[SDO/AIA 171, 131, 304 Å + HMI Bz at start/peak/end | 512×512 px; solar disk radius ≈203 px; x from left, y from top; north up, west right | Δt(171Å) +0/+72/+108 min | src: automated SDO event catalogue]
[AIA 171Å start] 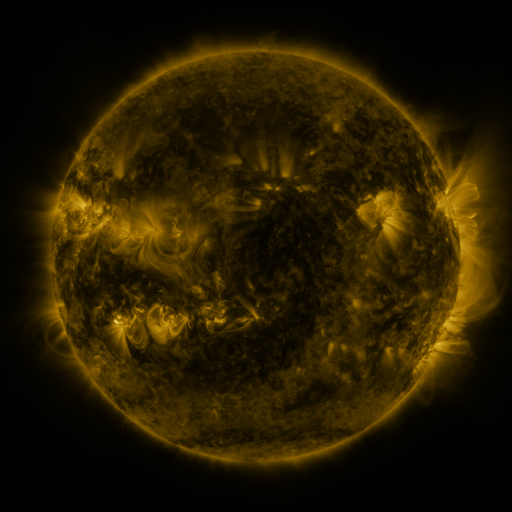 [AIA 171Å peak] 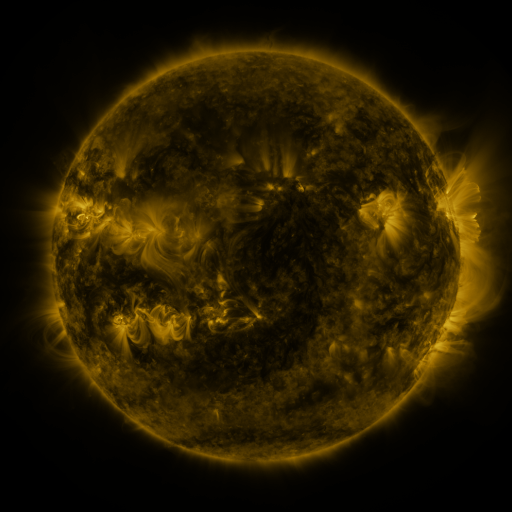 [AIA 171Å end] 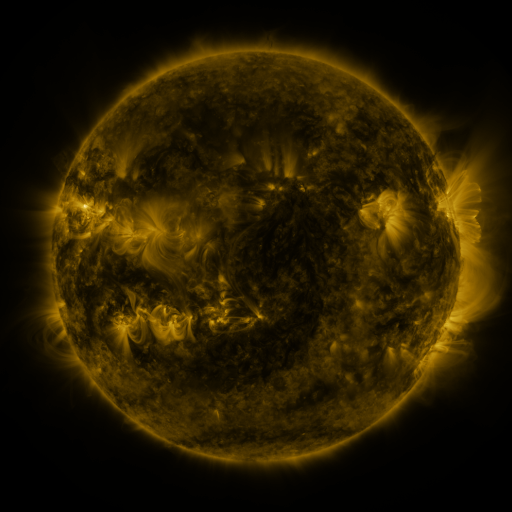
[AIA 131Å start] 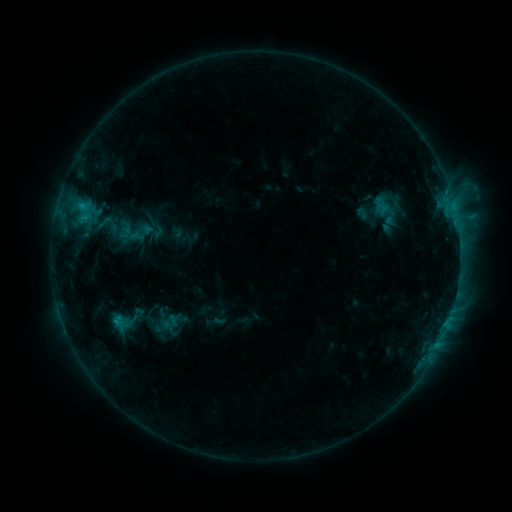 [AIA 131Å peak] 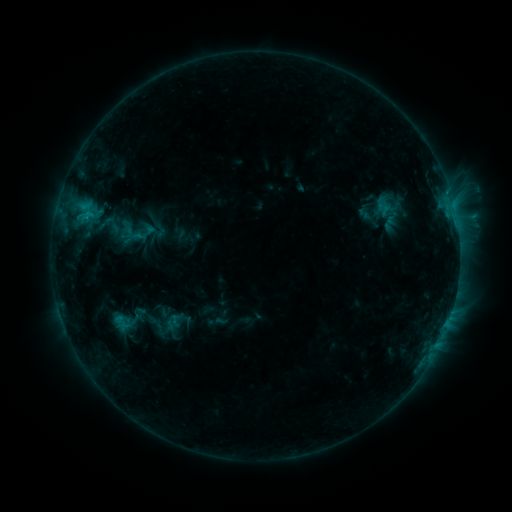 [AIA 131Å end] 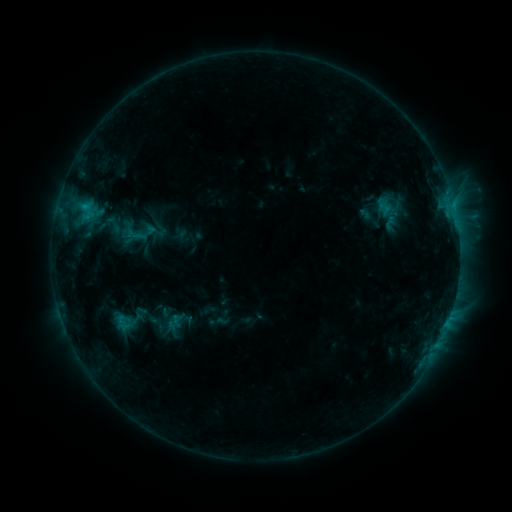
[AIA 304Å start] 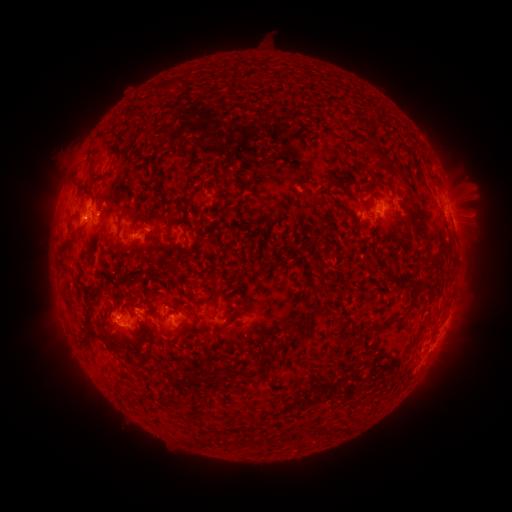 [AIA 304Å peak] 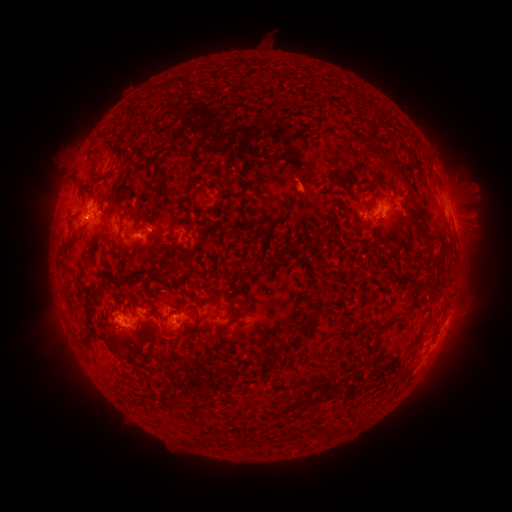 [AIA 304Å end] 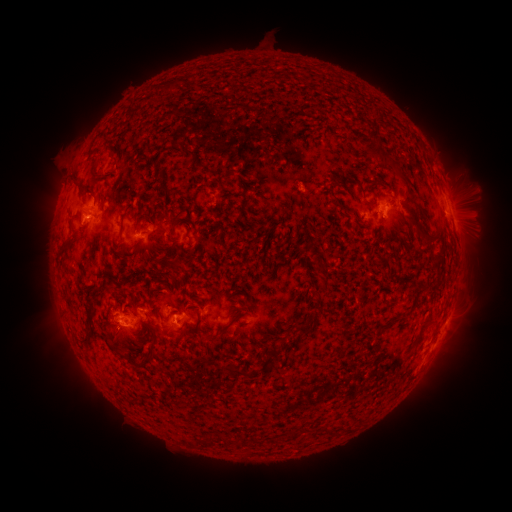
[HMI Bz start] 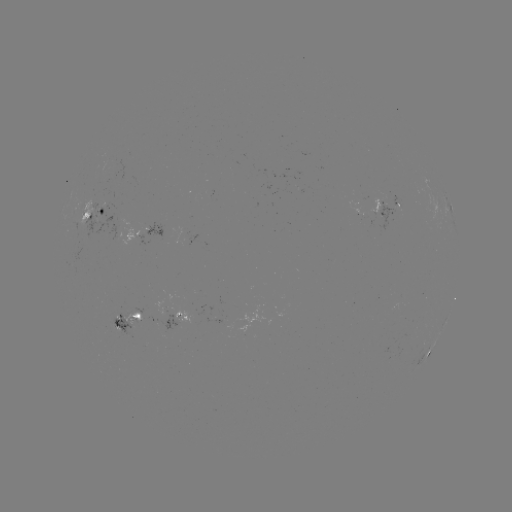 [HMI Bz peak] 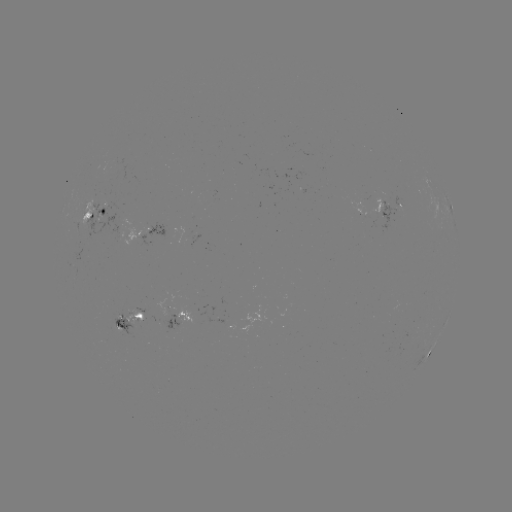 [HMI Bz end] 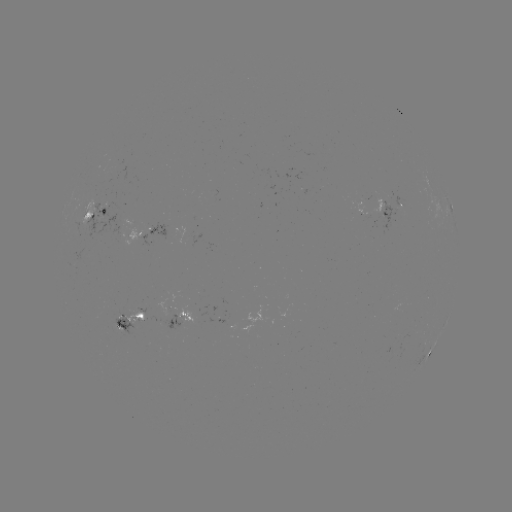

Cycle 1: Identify emerging-flux region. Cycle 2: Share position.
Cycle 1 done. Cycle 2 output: [366, 213].